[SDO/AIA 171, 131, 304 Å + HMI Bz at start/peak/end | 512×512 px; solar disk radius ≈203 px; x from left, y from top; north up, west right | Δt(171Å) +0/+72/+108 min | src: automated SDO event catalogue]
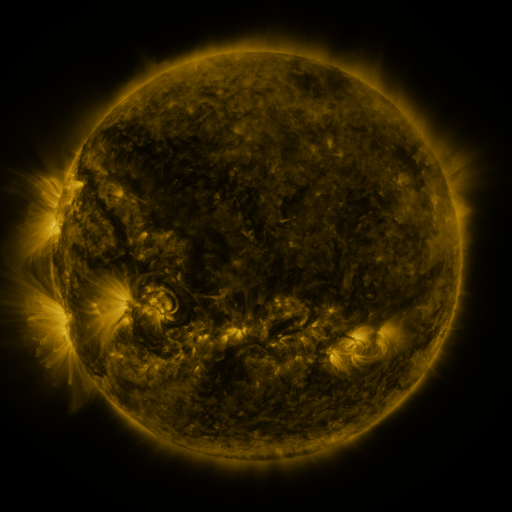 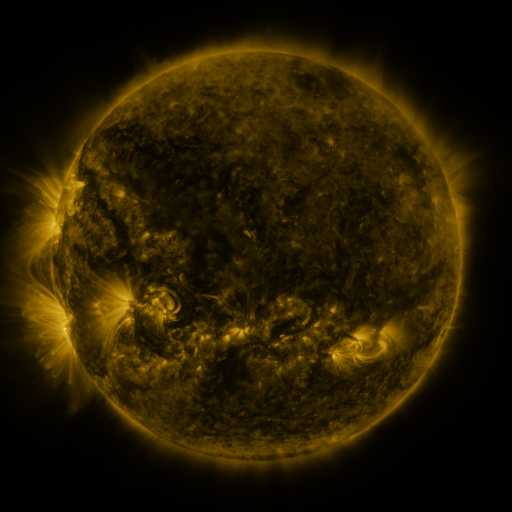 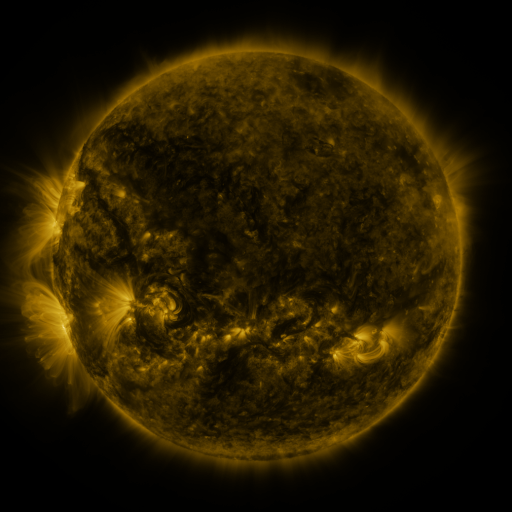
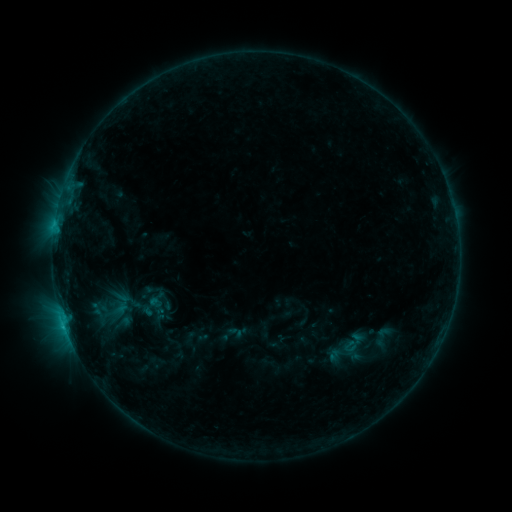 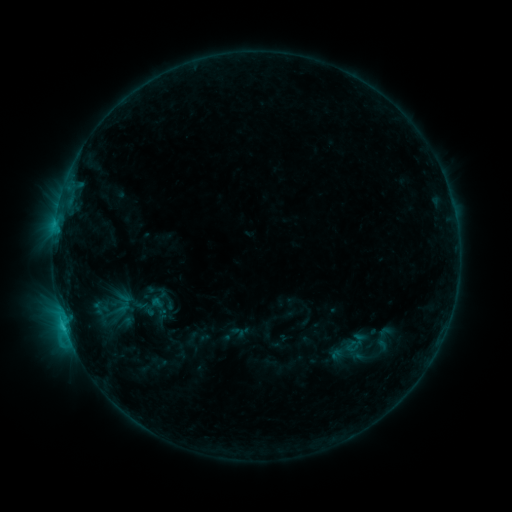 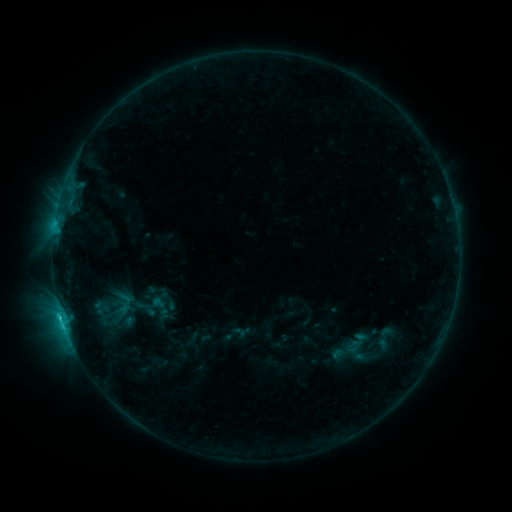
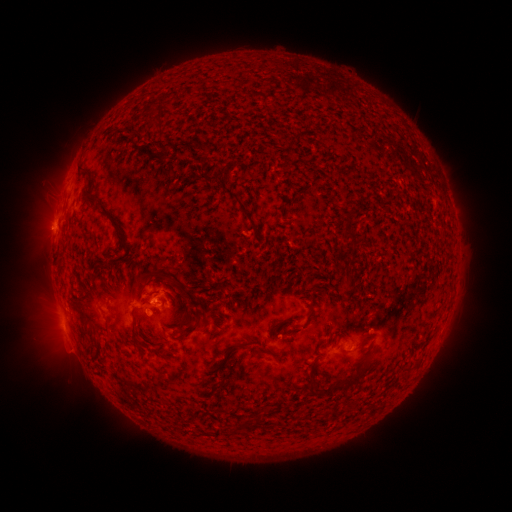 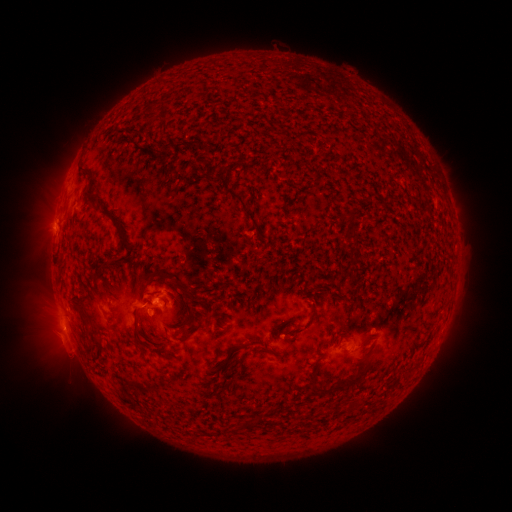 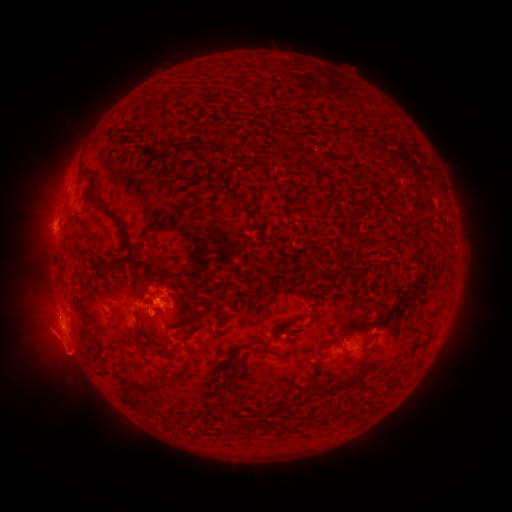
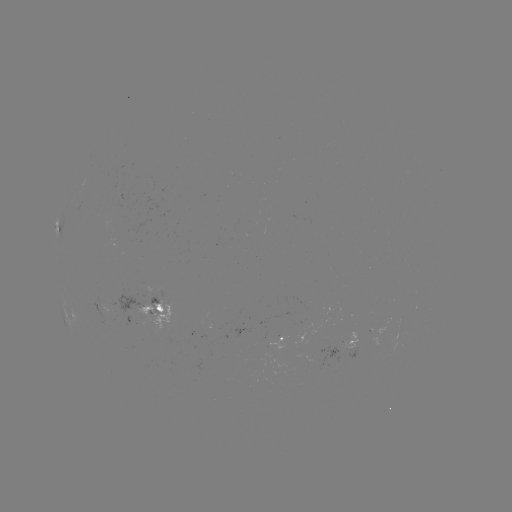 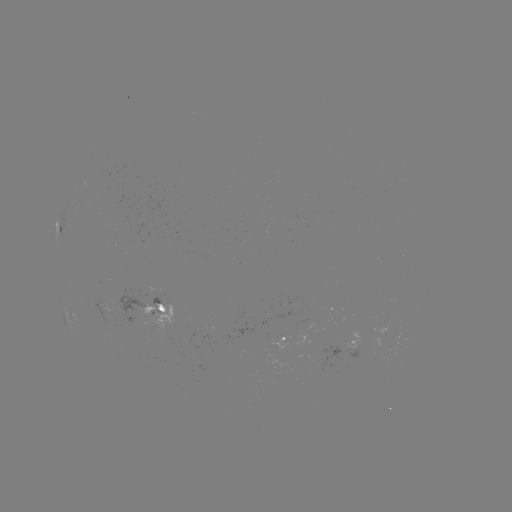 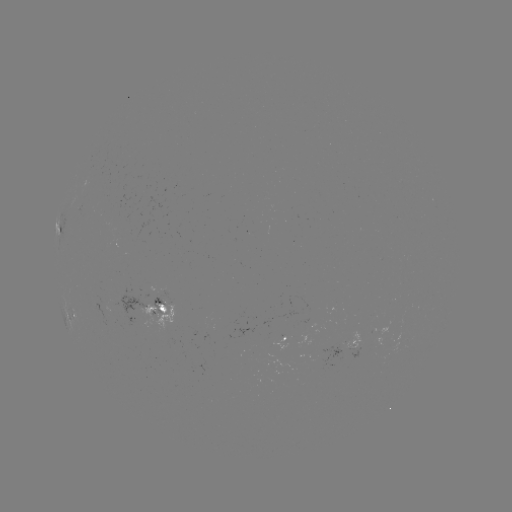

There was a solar emerging-flux region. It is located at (96, 305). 